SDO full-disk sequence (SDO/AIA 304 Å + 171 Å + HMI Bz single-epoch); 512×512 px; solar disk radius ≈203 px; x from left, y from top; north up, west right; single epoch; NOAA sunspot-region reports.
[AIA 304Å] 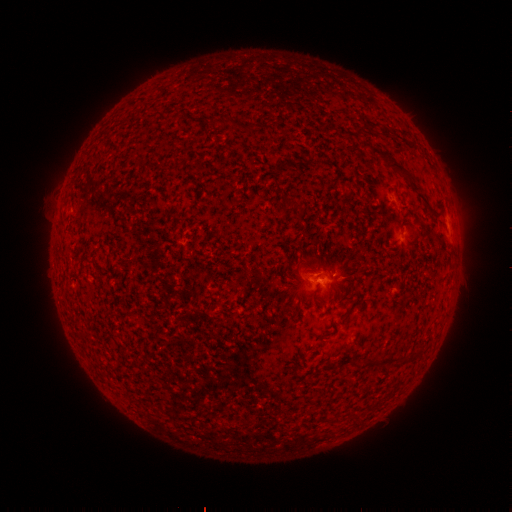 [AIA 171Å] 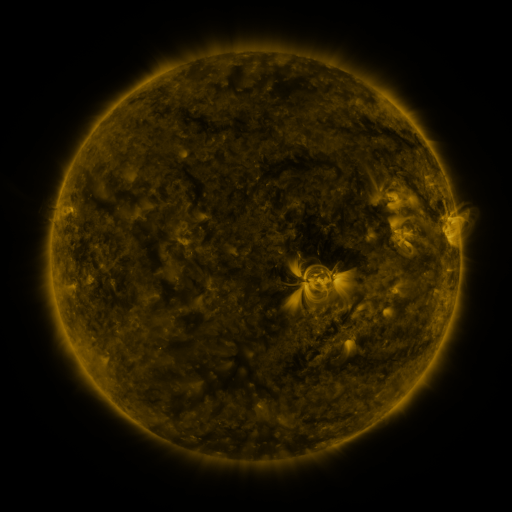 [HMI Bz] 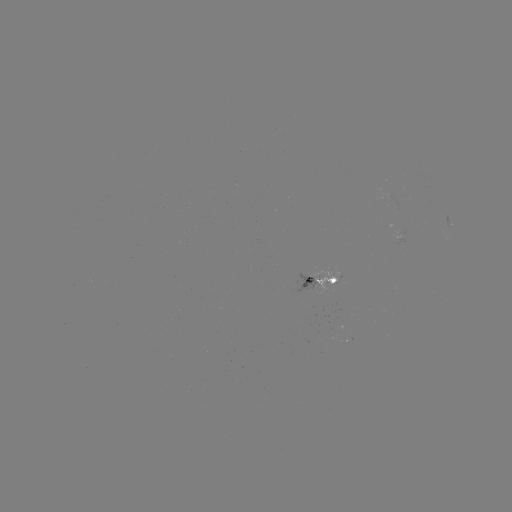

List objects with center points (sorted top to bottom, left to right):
spotted active region: (450, 224)
spotted active region: (325, 282)
